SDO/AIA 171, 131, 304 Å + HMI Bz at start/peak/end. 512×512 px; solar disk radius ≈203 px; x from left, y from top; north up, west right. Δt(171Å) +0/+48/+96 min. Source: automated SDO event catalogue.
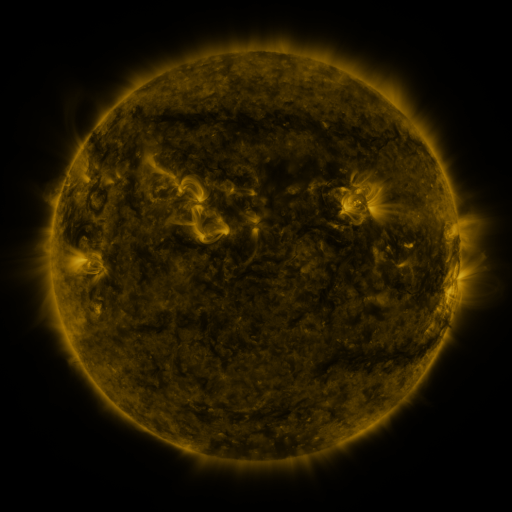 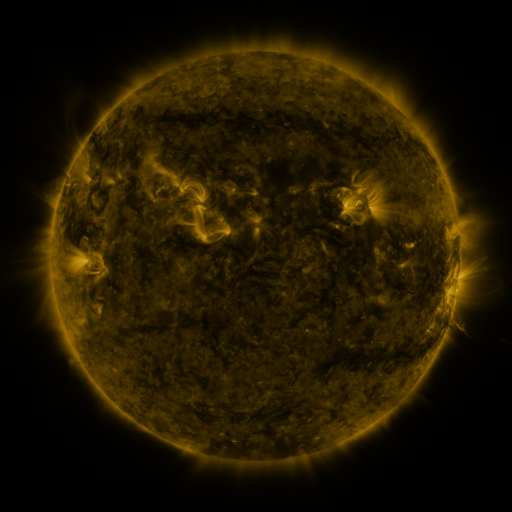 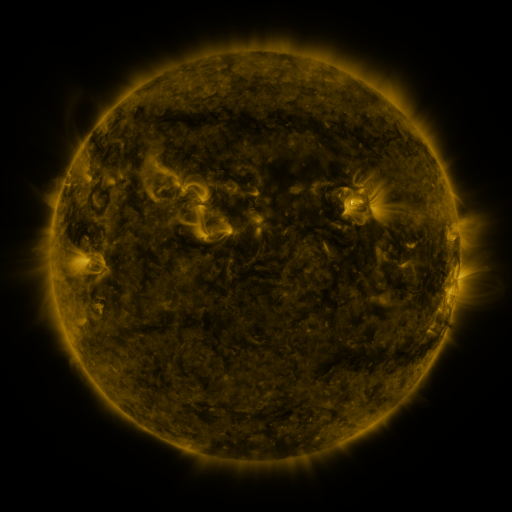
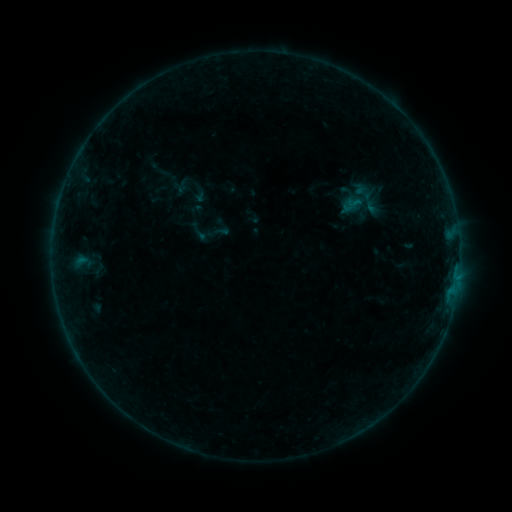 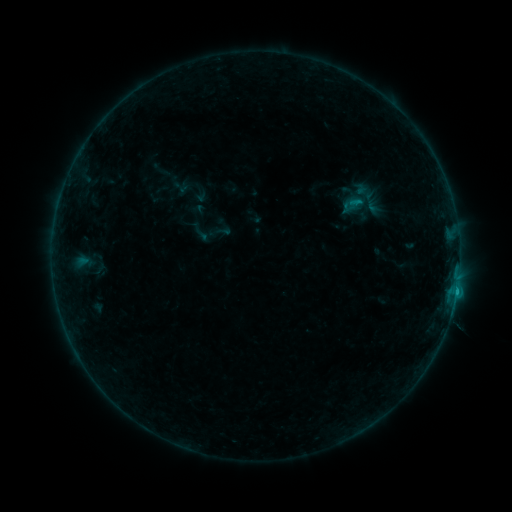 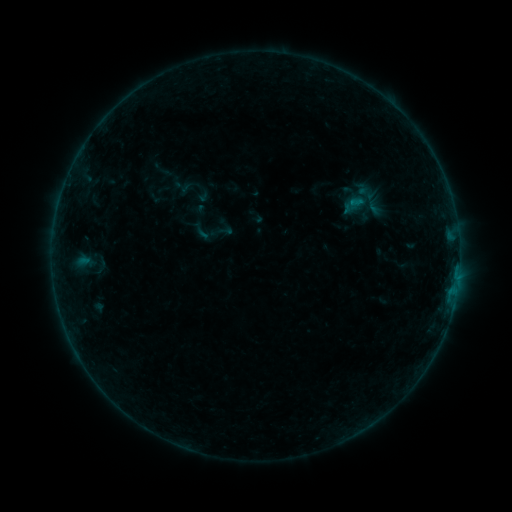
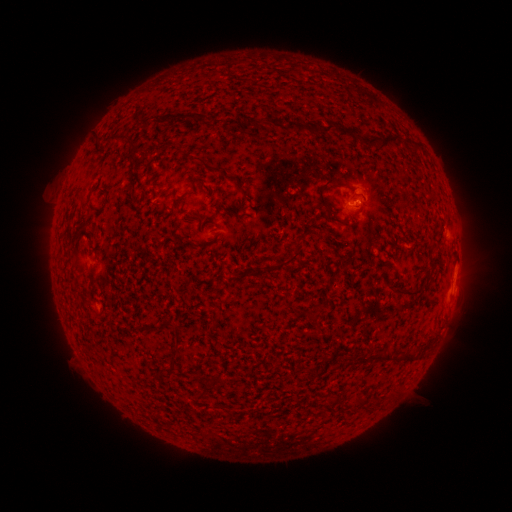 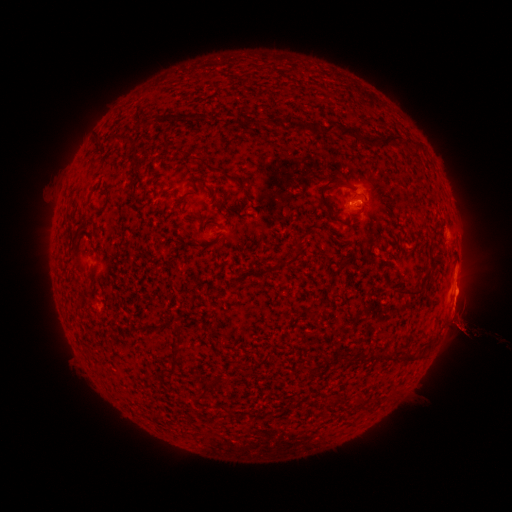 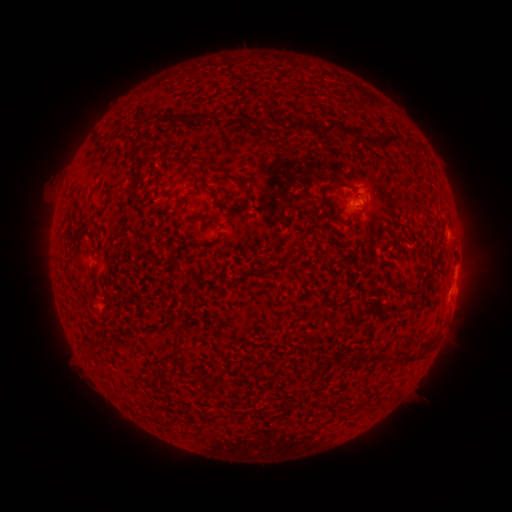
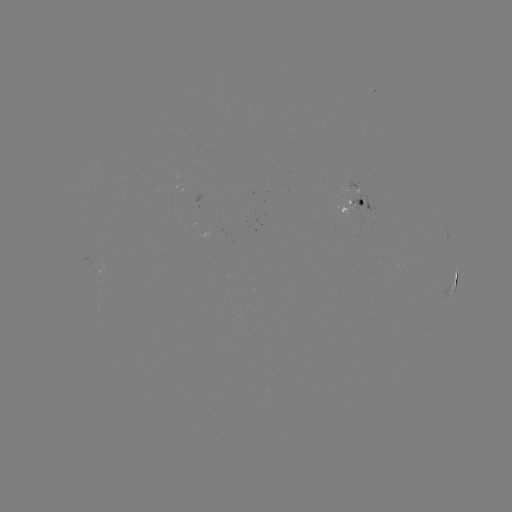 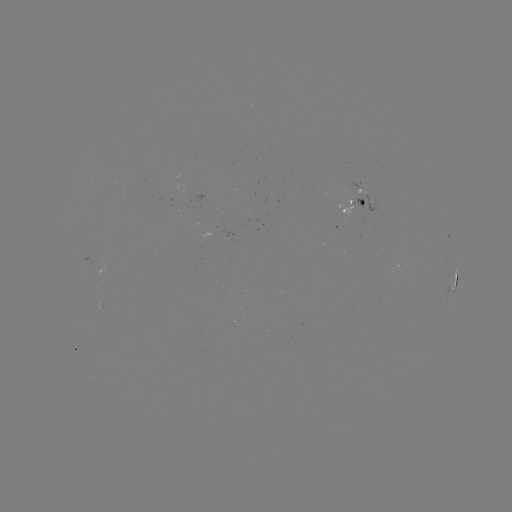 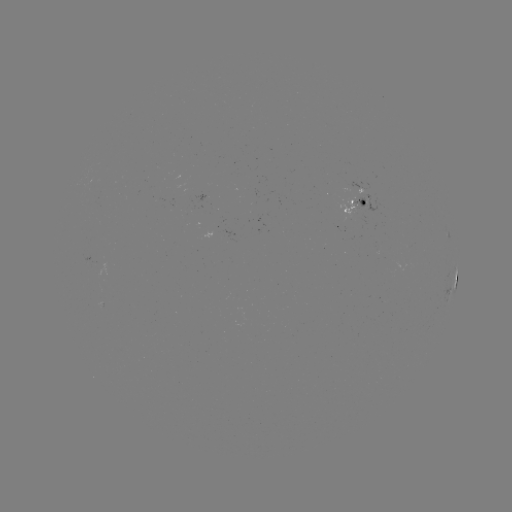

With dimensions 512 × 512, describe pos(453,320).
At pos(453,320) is filament eruption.